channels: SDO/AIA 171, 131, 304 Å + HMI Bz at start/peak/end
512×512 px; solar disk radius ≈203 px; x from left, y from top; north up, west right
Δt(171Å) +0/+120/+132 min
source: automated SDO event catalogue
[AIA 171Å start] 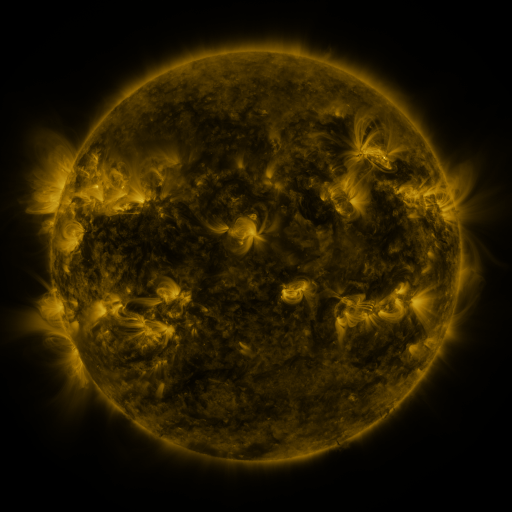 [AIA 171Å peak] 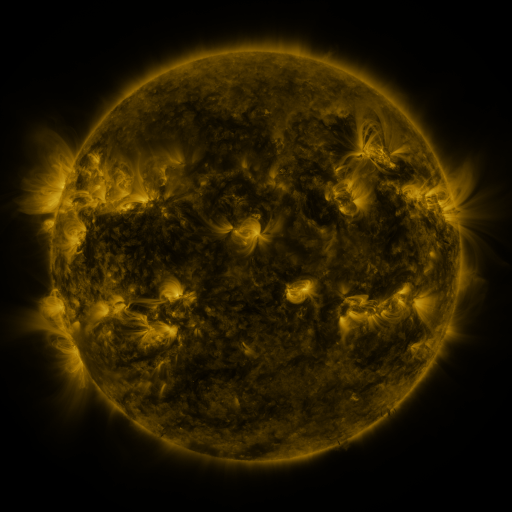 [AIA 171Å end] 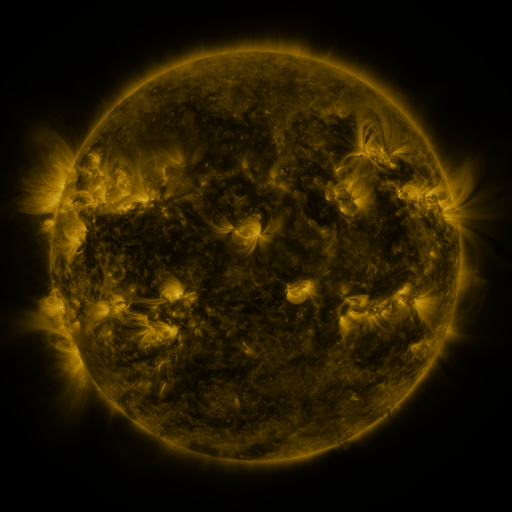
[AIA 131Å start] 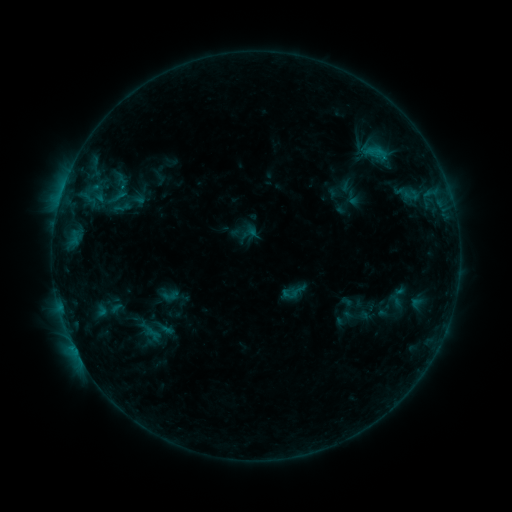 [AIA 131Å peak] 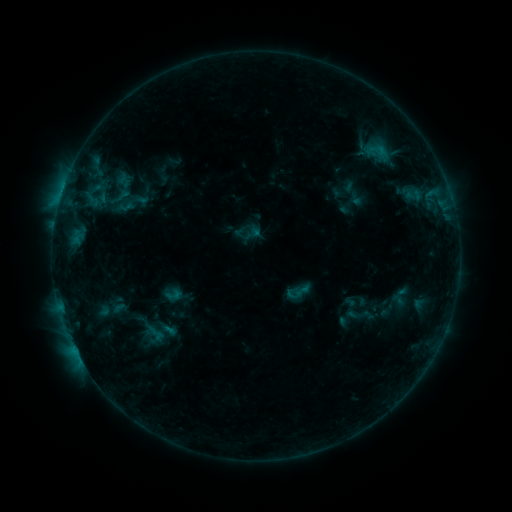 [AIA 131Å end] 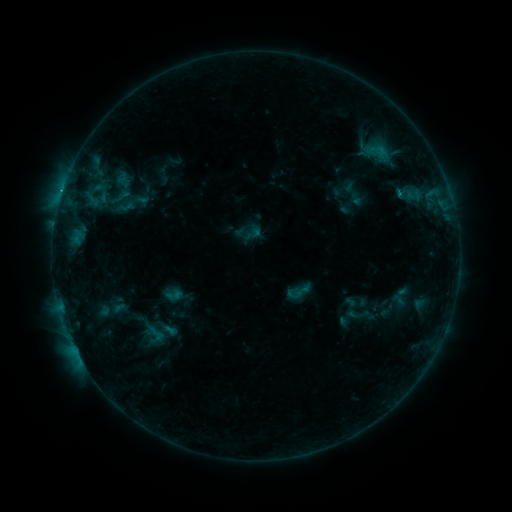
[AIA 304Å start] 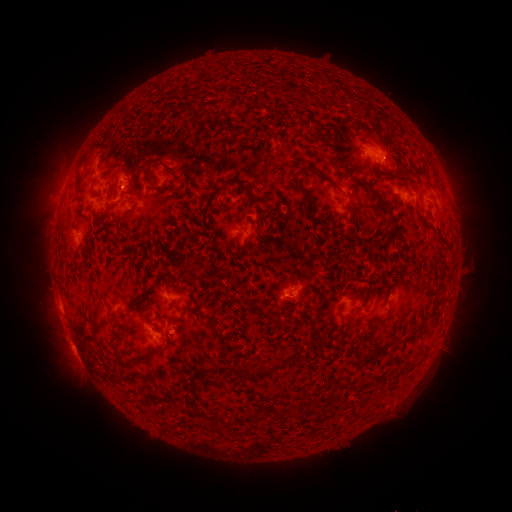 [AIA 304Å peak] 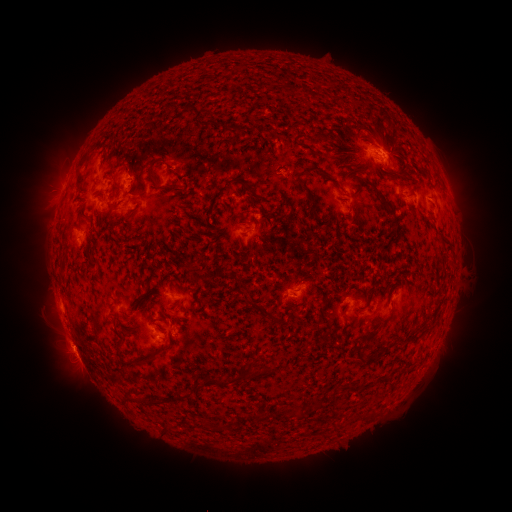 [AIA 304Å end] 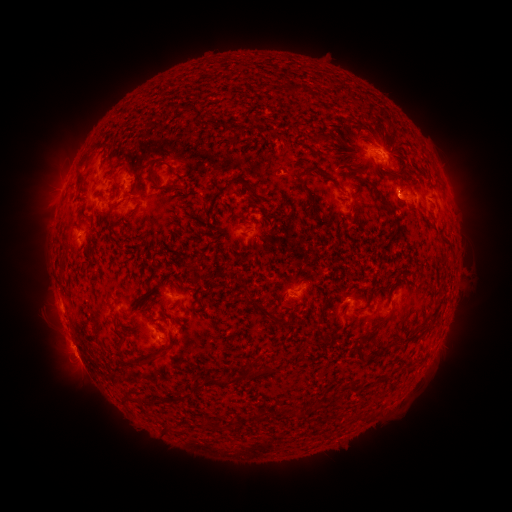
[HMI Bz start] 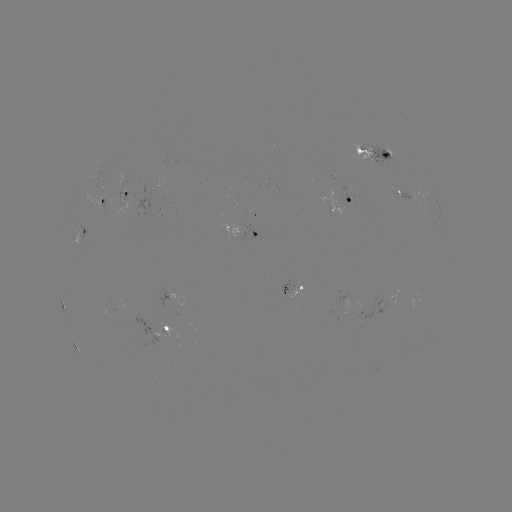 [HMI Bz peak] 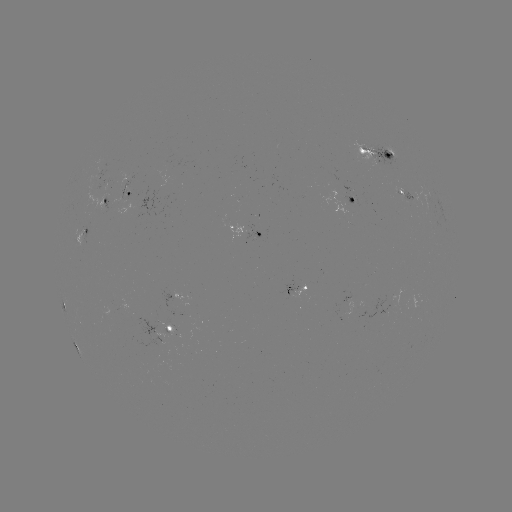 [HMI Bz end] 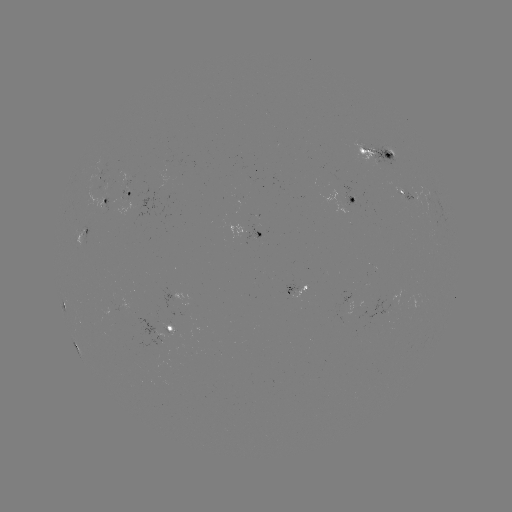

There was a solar emerging-flux region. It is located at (367, 150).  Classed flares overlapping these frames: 1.